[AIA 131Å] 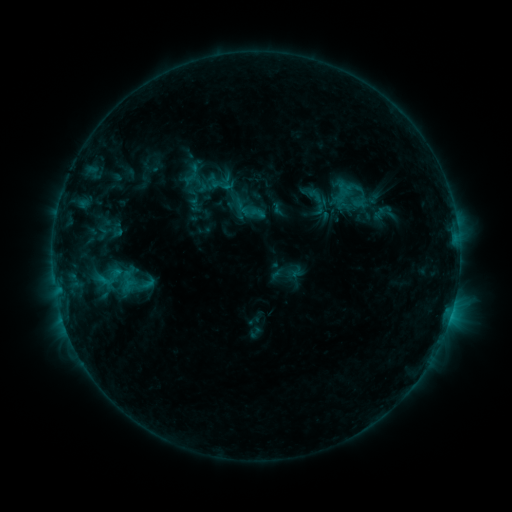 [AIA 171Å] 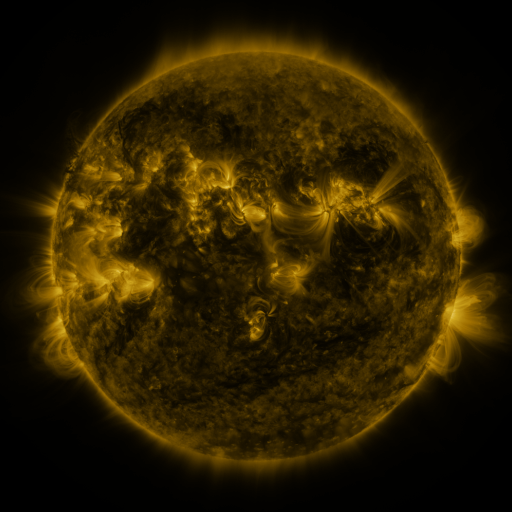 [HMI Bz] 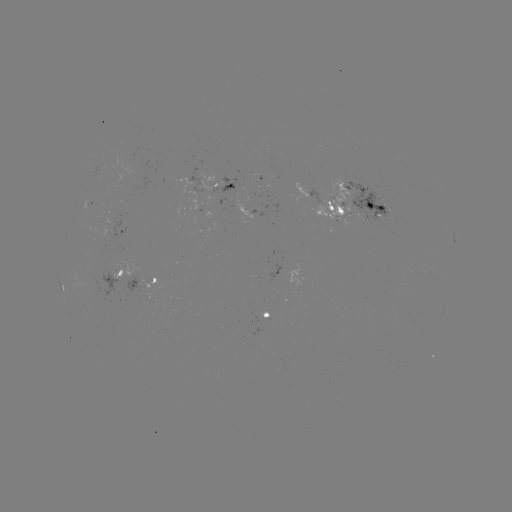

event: sigmoid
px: (108, 277)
